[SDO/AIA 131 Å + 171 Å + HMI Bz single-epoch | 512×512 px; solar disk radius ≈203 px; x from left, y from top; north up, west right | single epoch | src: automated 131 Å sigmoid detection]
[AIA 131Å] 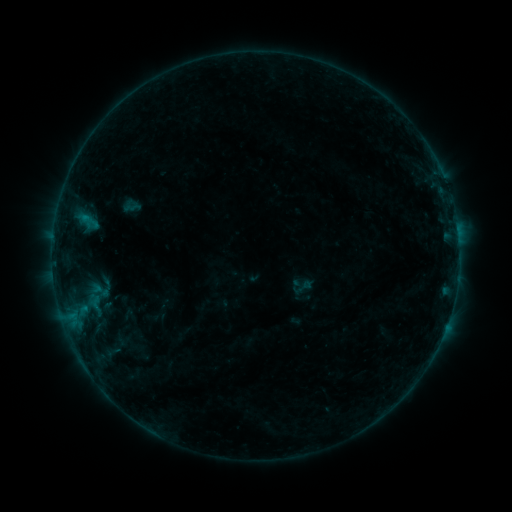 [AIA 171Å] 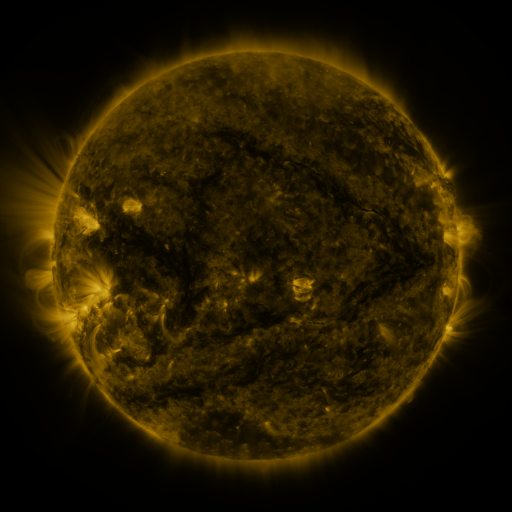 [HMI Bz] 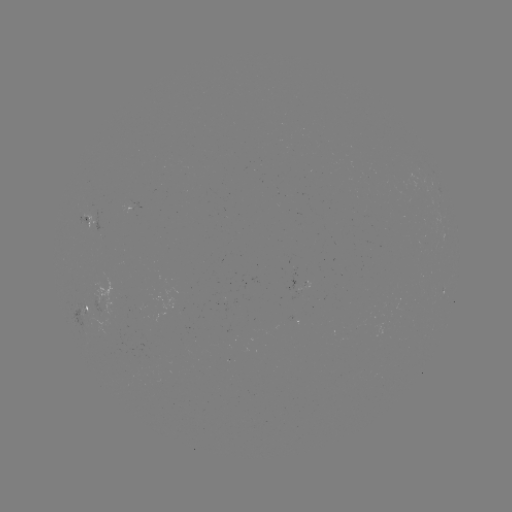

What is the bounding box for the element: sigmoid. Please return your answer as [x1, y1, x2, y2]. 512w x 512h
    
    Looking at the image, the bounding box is [292, 276, 313, 298].